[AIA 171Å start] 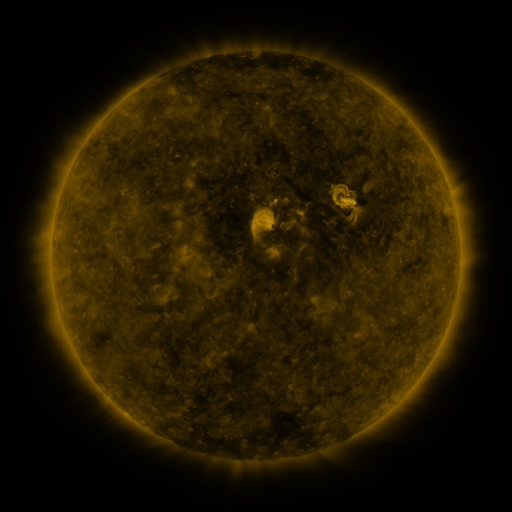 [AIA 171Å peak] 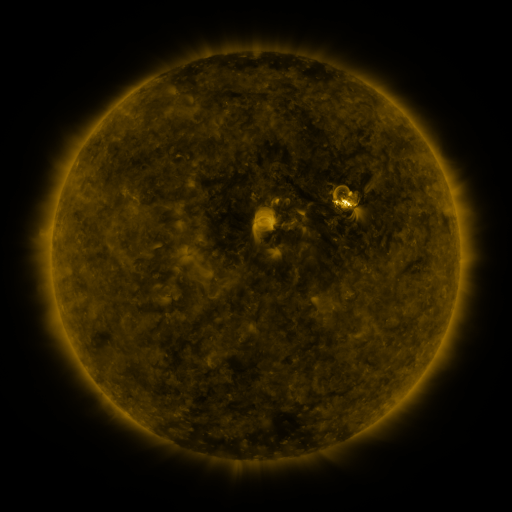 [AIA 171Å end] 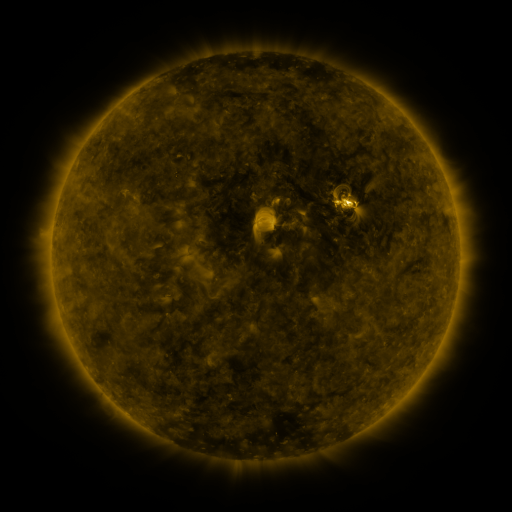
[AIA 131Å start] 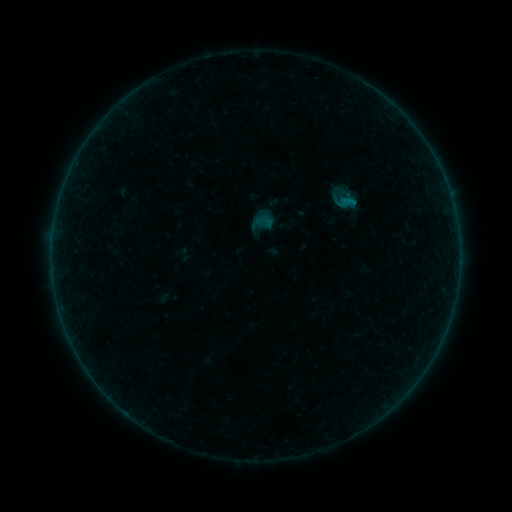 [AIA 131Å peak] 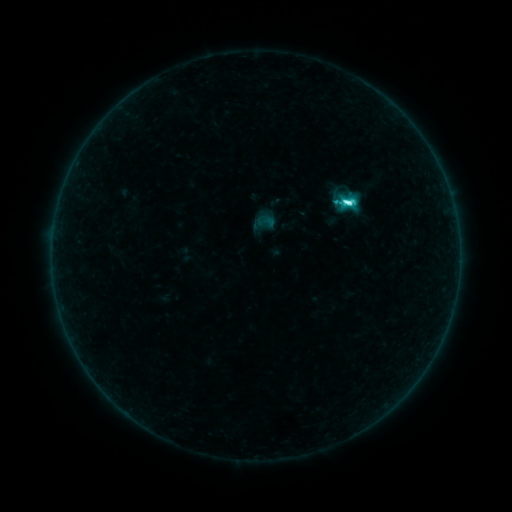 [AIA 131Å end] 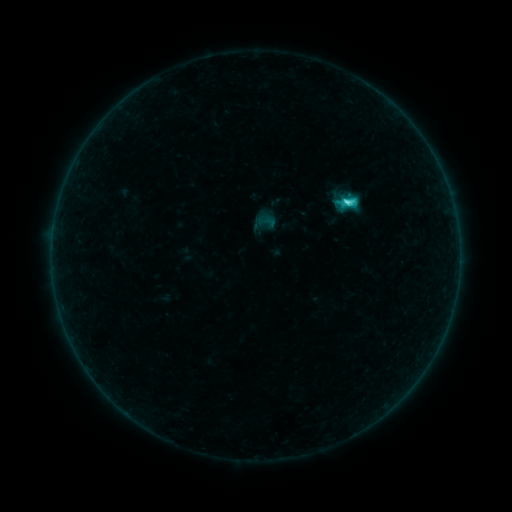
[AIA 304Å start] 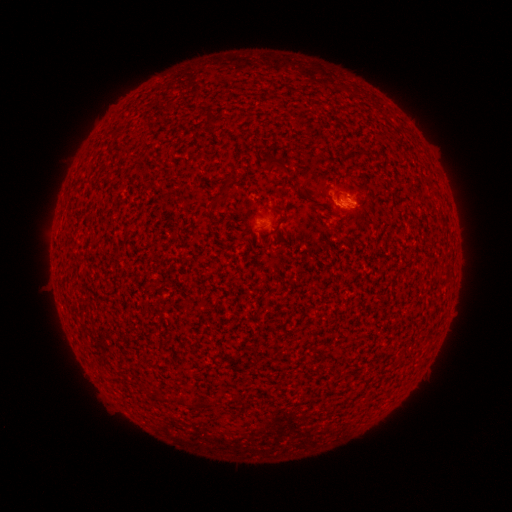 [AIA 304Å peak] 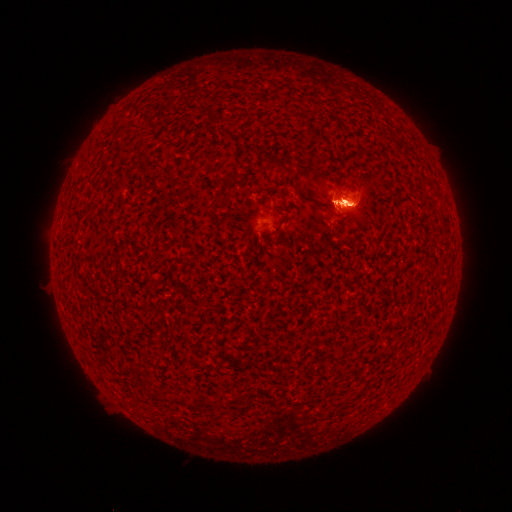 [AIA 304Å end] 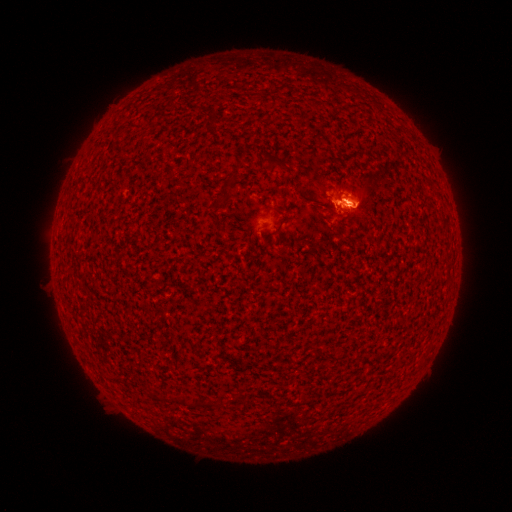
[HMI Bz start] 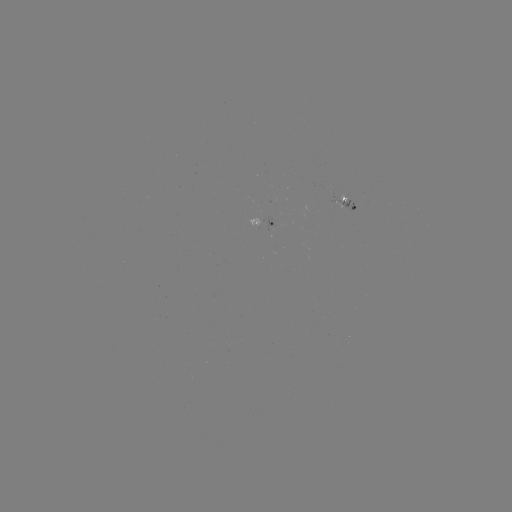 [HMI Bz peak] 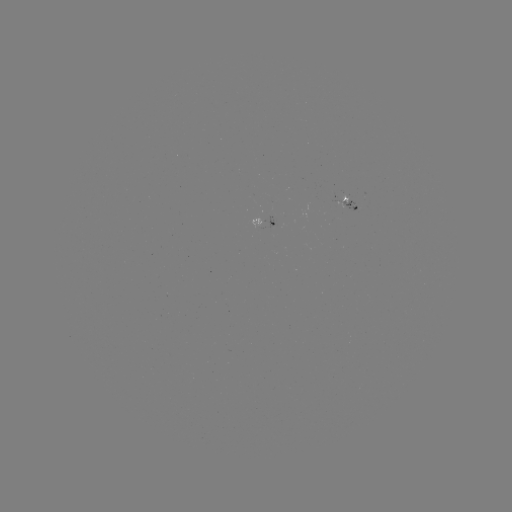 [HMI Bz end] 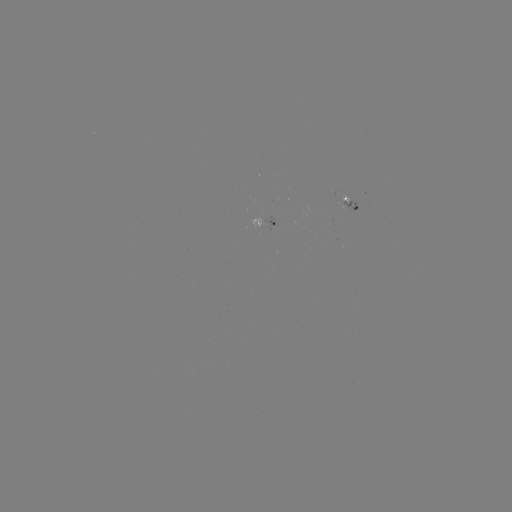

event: flare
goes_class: C4.8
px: (344, 205)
